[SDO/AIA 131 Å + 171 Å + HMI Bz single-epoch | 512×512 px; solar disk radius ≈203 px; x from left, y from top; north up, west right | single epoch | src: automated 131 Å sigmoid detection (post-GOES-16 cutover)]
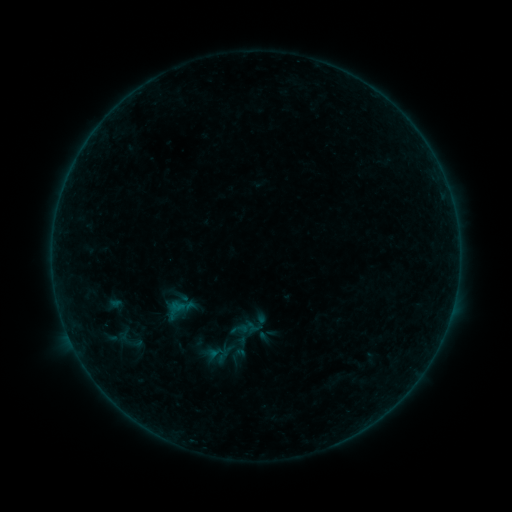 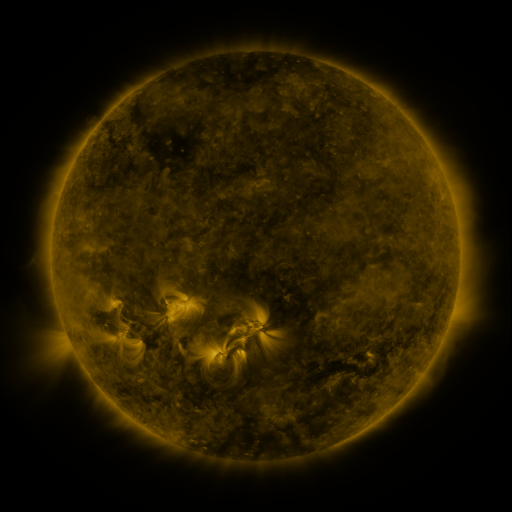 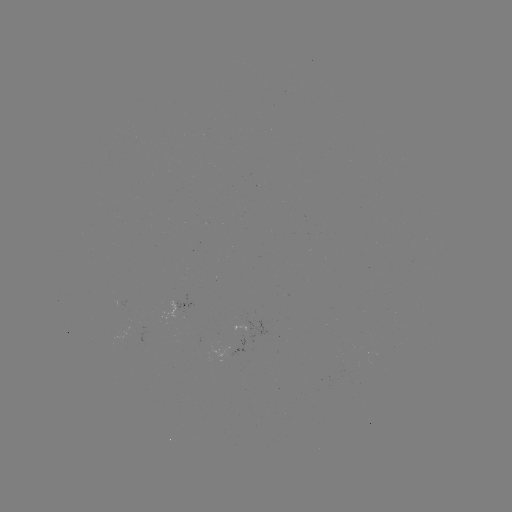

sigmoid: (102, 322, 152, 353)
